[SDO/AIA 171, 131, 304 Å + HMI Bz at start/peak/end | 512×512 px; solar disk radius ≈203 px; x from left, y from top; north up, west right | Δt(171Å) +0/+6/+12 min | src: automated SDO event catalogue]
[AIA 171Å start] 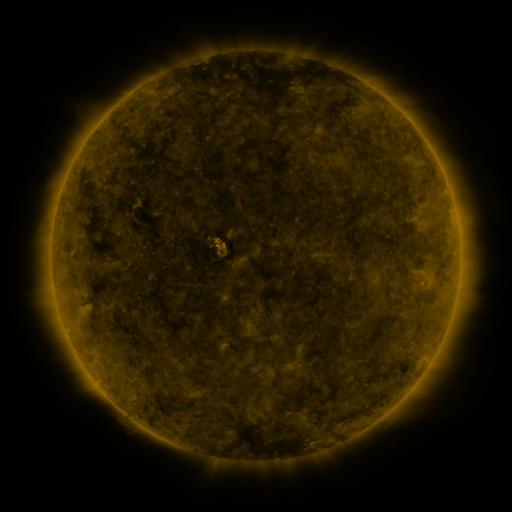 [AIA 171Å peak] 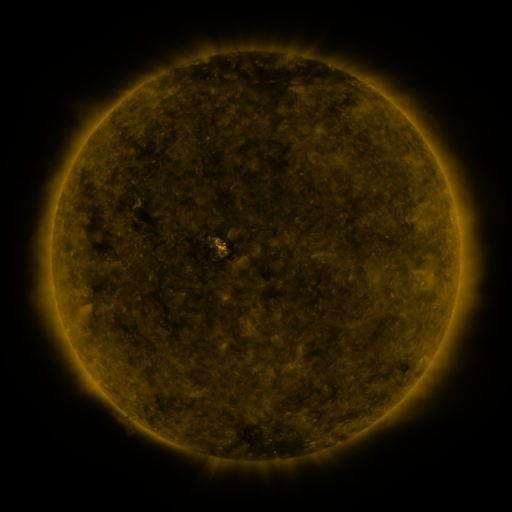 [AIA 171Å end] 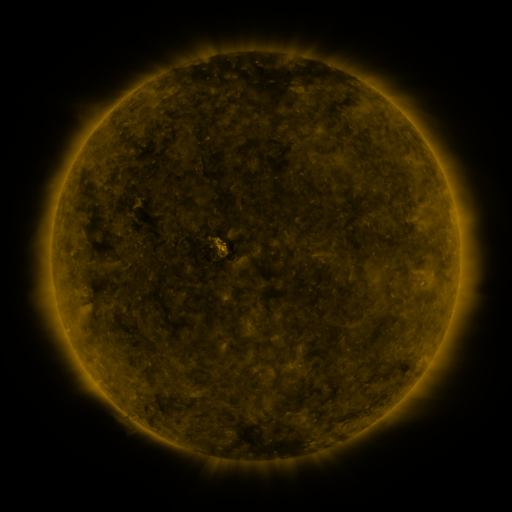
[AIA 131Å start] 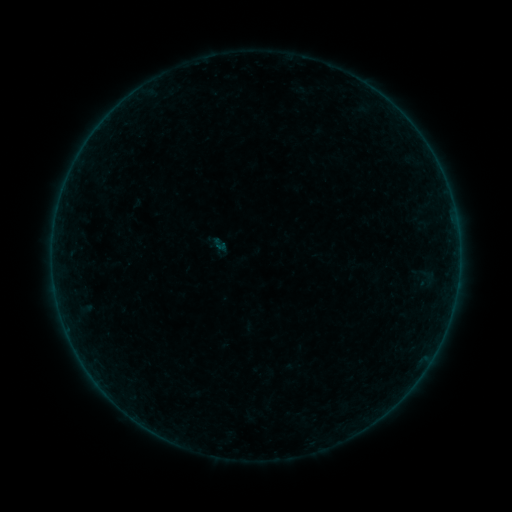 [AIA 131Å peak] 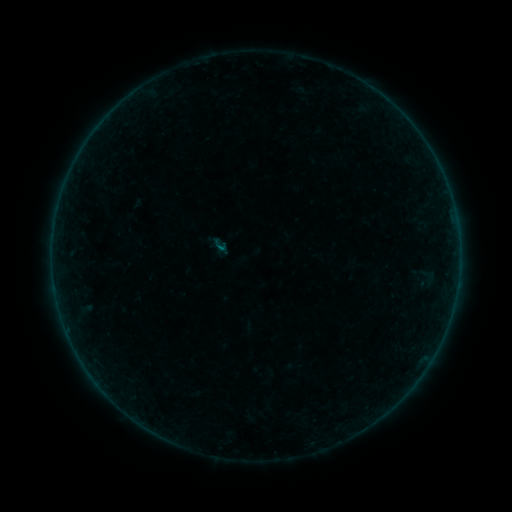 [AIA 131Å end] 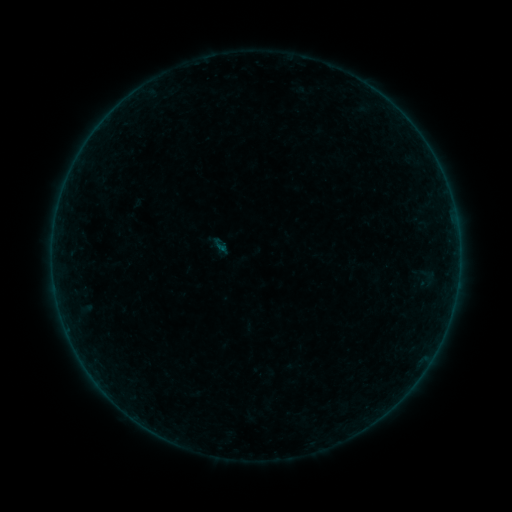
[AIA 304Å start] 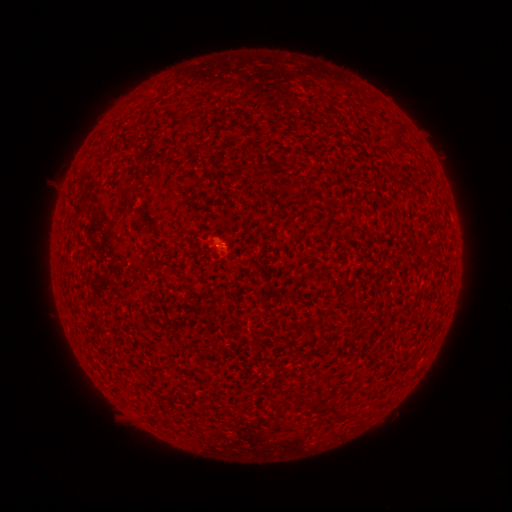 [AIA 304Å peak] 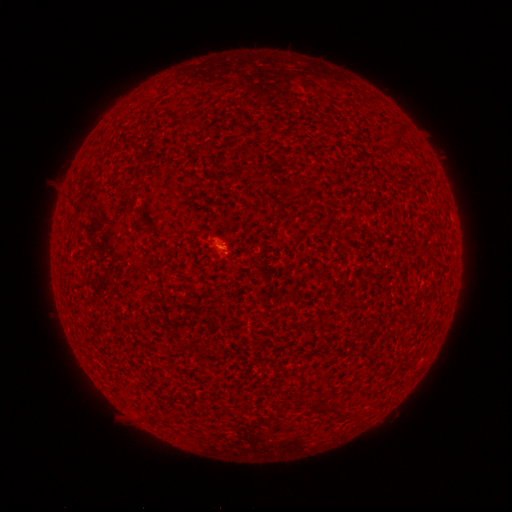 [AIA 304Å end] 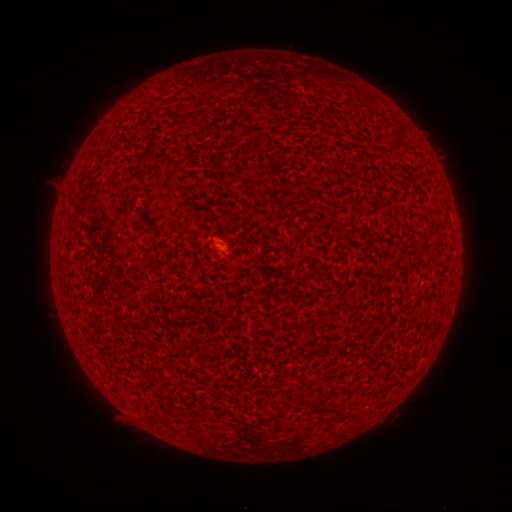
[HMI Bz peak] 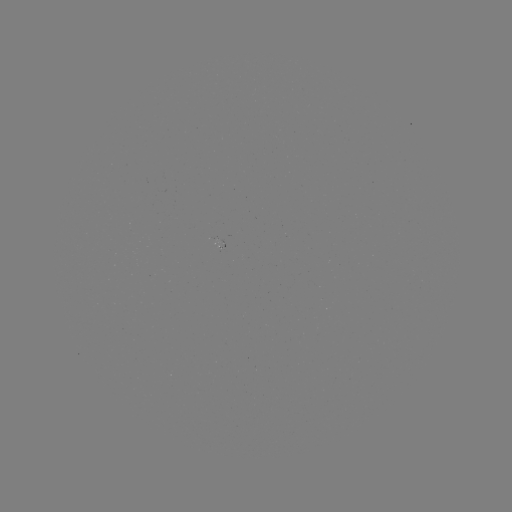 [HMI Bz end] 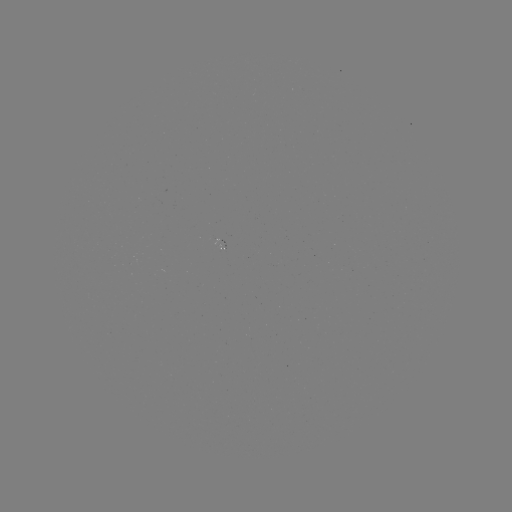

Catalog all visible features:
A4.6 flare: (224, 251)
